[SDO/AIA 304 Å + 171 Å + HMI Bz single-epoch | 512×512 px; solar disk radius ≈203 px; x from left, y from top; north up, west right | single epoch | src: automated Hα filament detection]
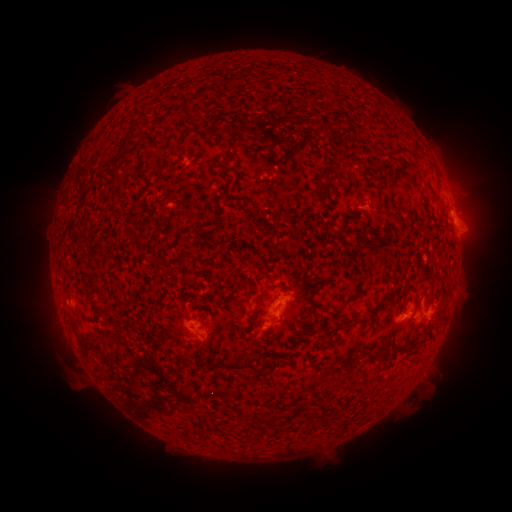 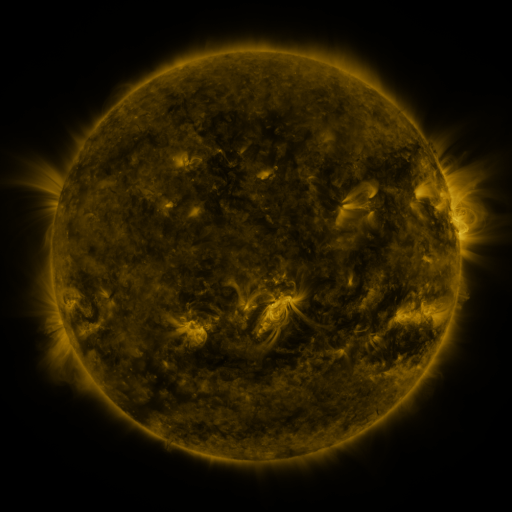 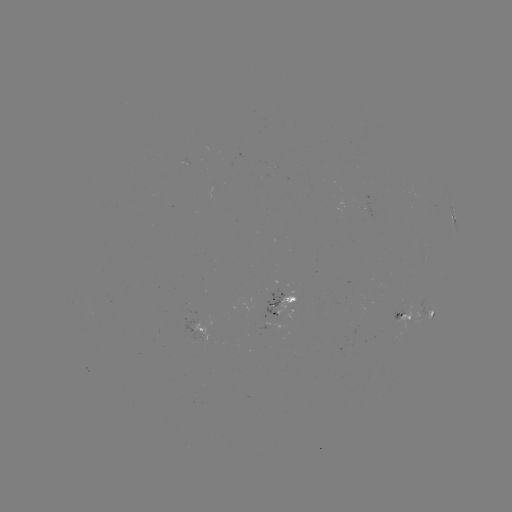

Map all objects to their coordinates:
filament: (132, 120, 145, 133)
filament: (352, 157, 362, 166)
filament: (109, 186, 120, 196)
filament: (297, 228, 306, 237)
filament: (88, 275, 98, 313)
filament: (310, 281, 324, 316)
filament: (256, 283, 276, 307)
filament: (324, 296, 356, 316)
filament: (374, 338, 390, 355)
filament: (241, 358, 256, 371)
filament: (218, 359, 243, 370)
